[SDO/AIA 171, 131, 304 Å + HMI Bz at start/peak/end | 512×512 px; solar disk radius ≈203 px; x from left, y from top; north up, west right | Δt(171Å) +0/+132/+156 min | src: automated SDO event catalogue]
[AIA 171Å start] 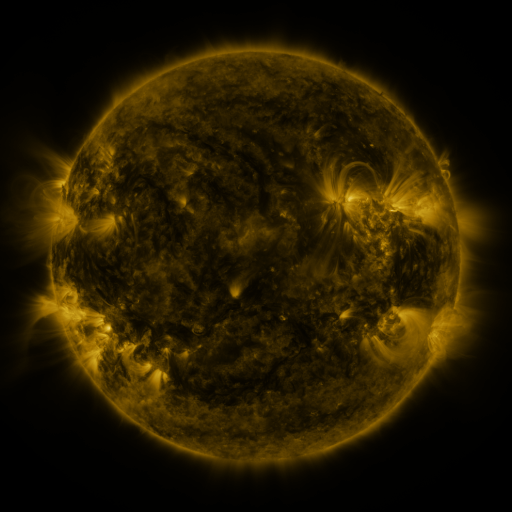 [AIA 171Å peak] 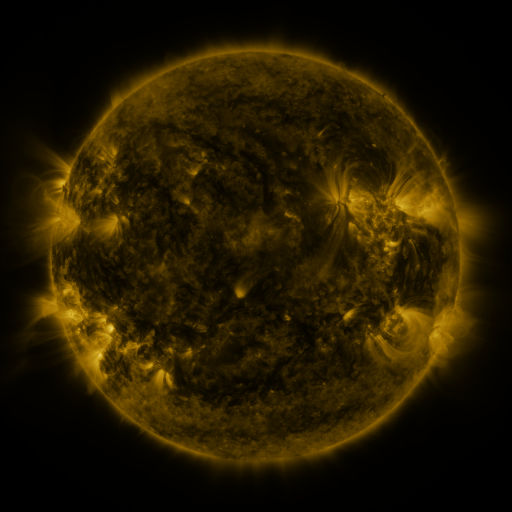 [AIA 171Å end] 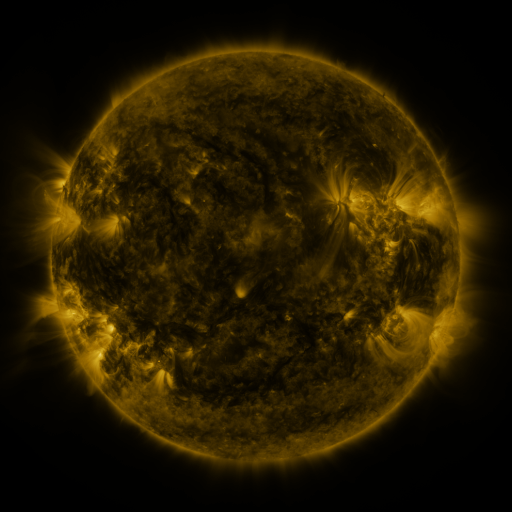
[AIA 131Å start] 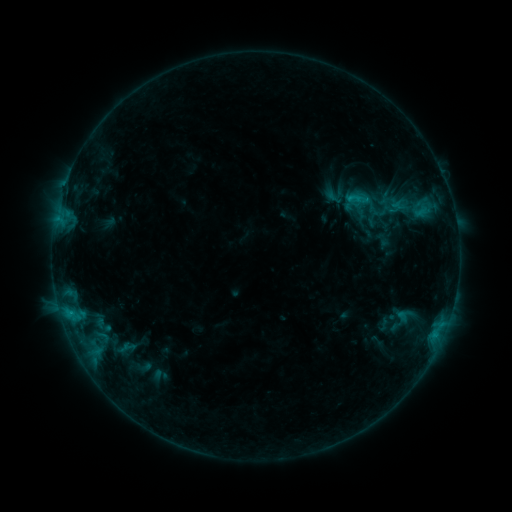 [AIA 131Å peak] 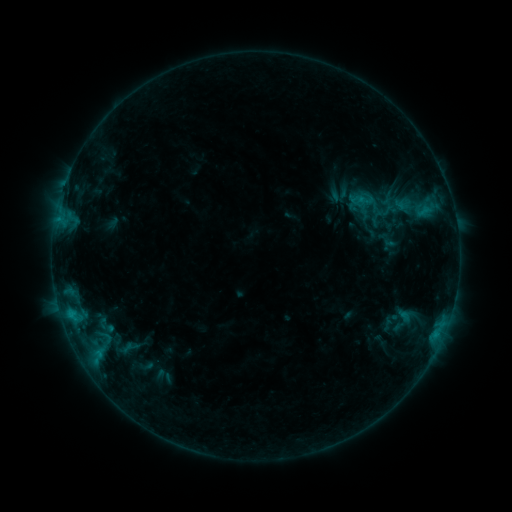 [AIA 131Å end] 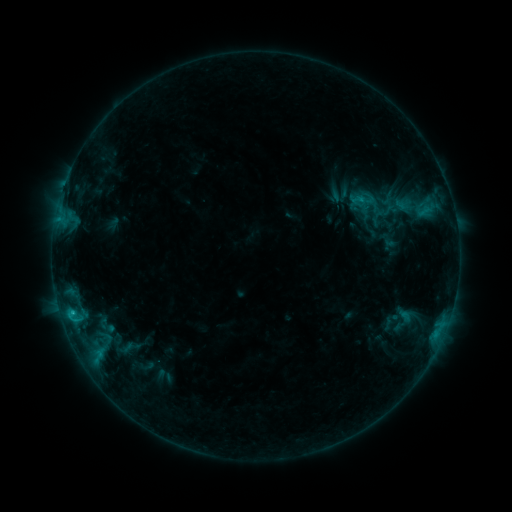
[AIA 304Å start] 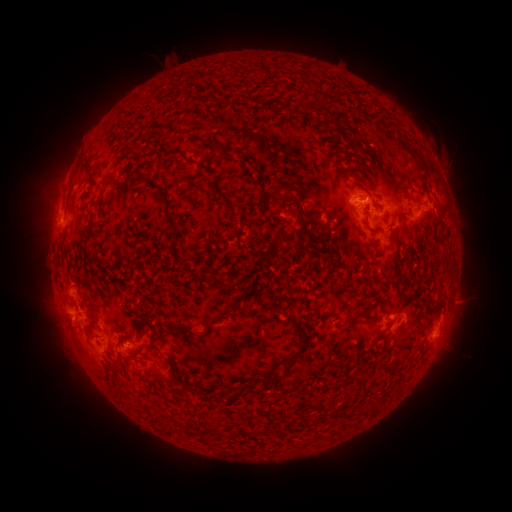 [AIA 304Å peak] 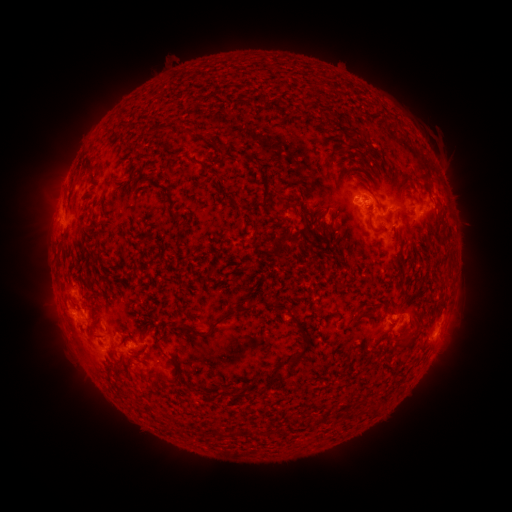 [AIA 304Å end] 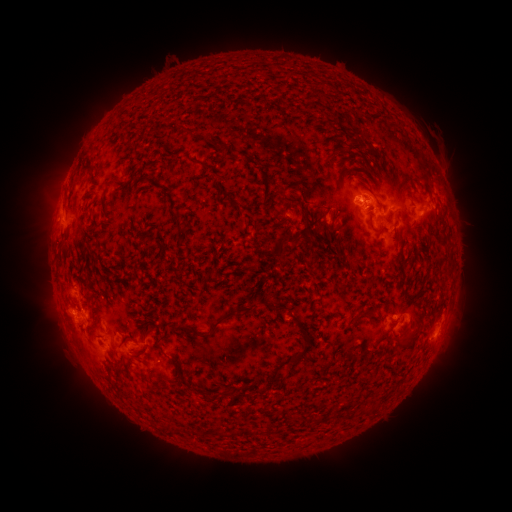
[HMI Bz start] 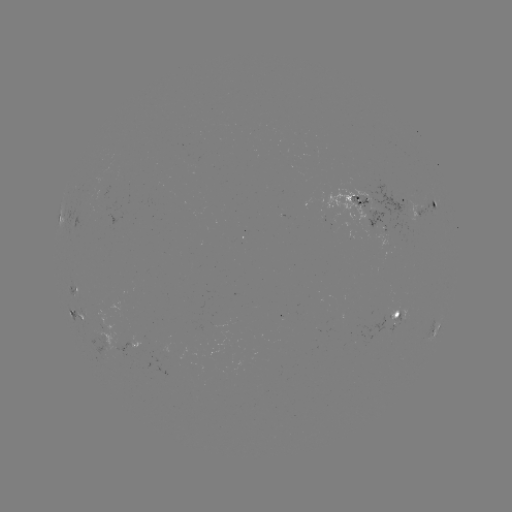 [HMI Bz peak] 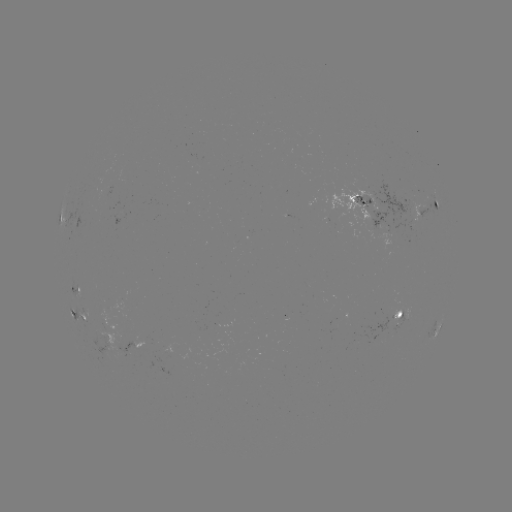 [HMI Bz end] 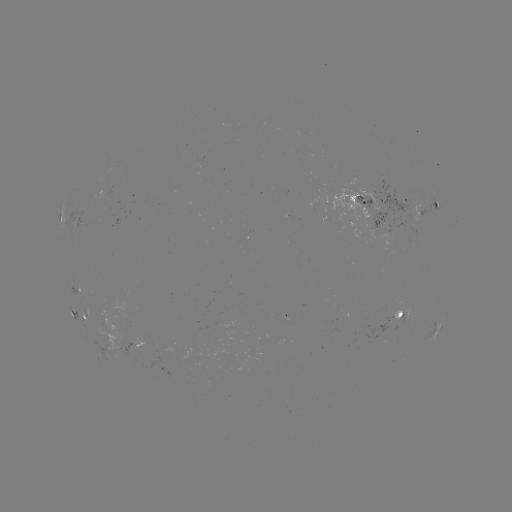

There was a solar emerging-flux region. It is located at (386, 214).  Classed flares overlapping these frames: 1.